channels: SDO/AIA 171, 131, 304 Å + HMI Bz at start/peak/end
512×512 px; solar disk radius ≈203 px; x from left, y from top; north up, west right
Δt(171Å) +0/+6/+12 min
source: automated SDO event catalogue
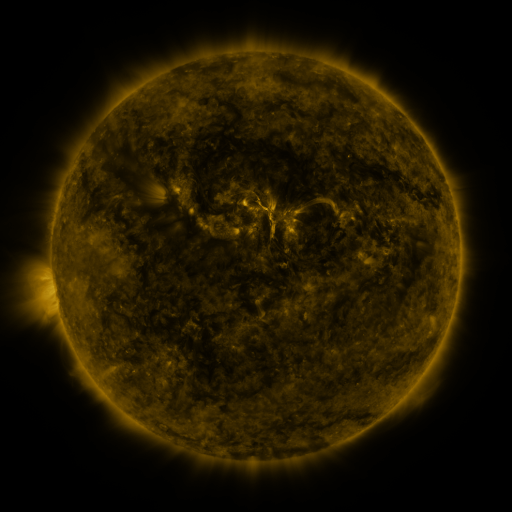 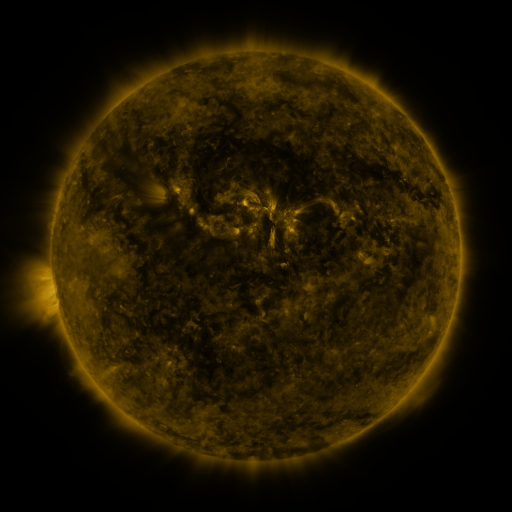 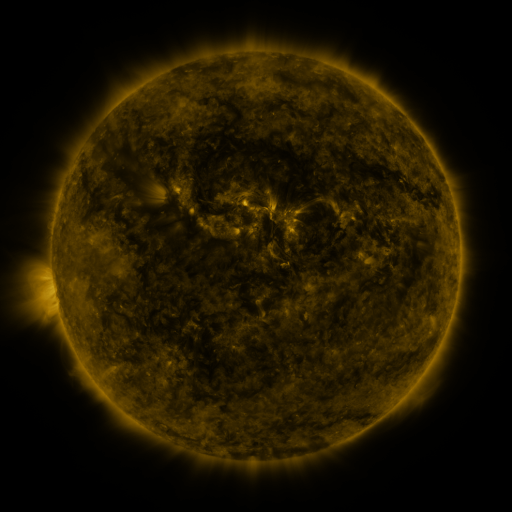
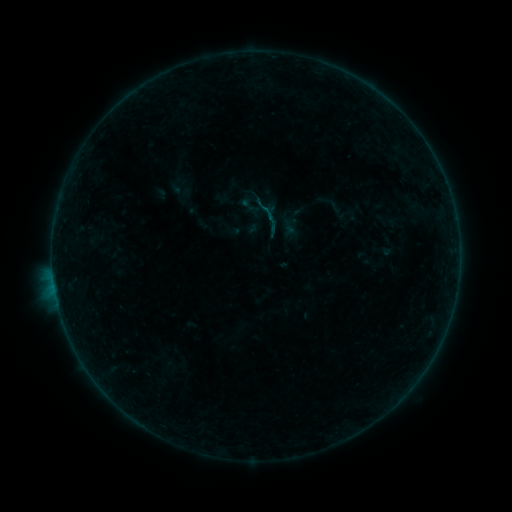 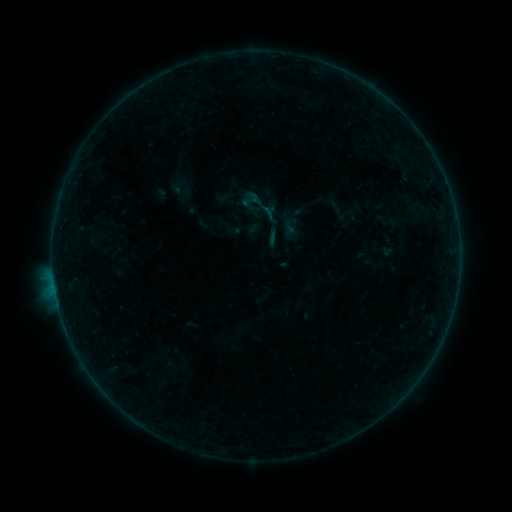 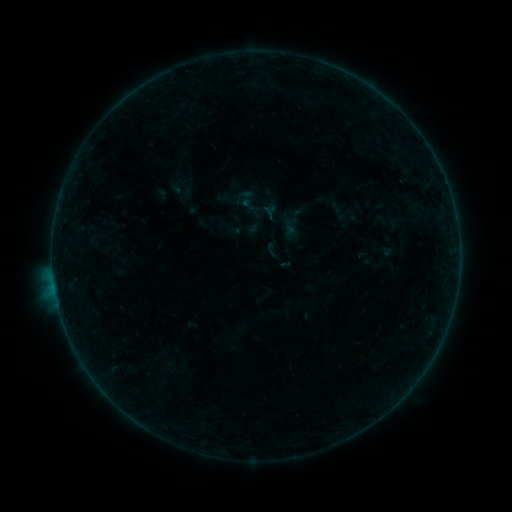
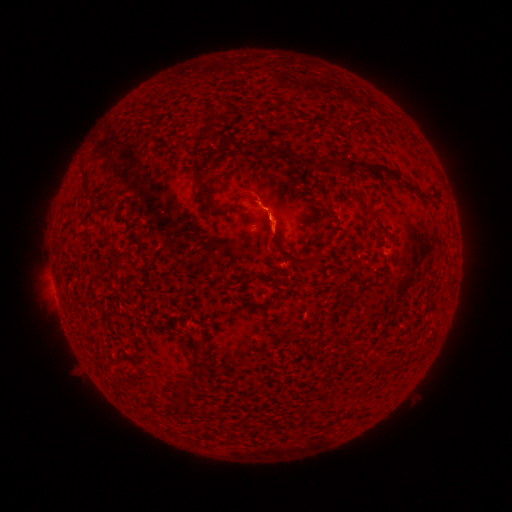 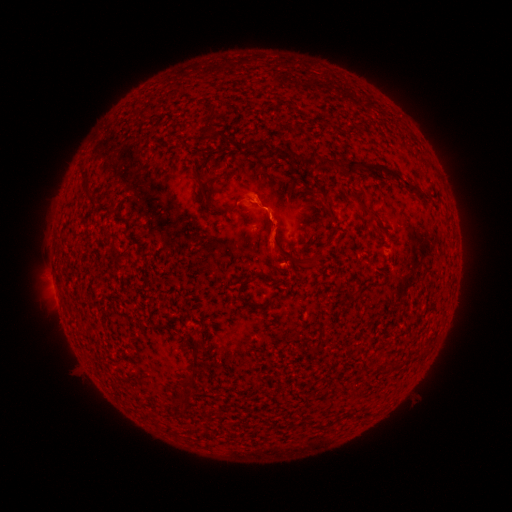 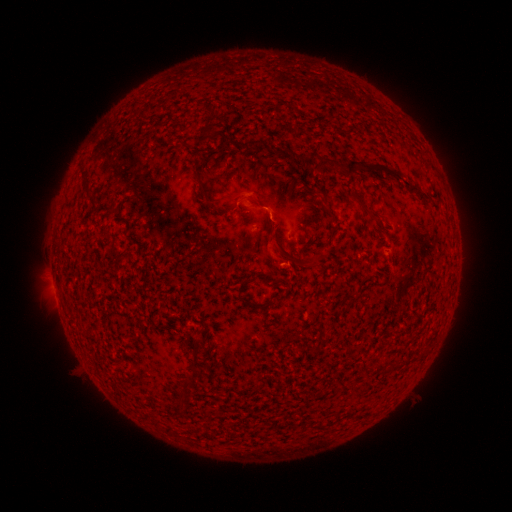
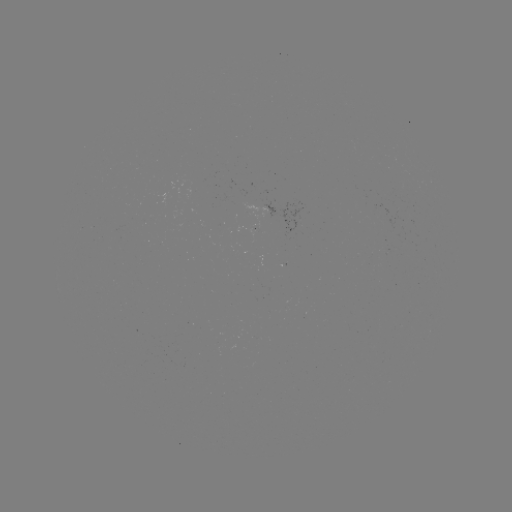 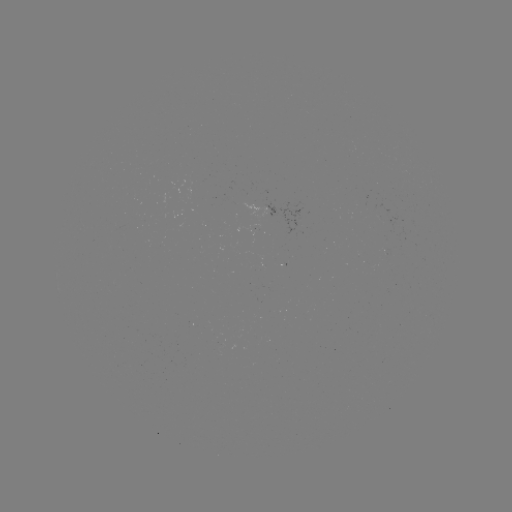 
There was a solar flare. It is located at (266, 214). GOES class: B1.6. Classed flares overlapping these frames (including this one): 1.